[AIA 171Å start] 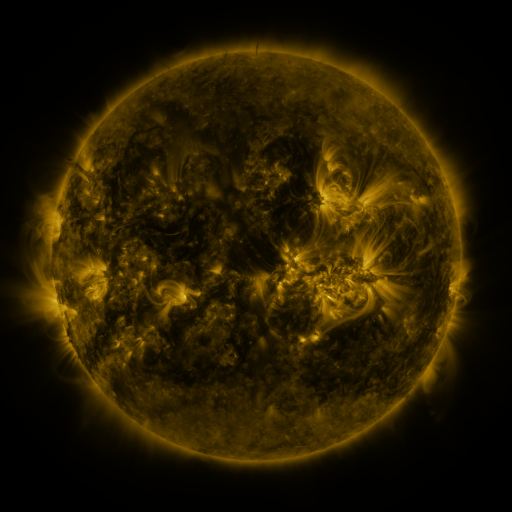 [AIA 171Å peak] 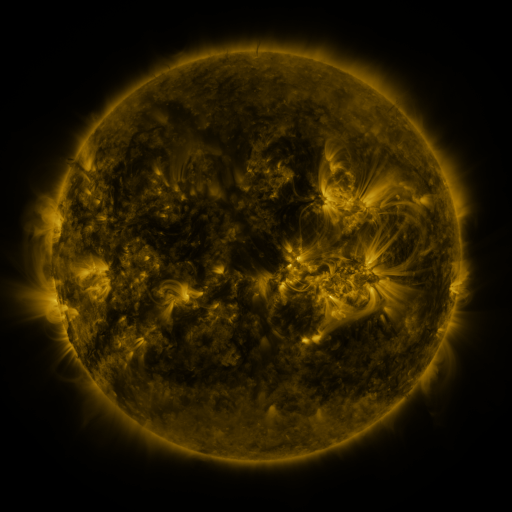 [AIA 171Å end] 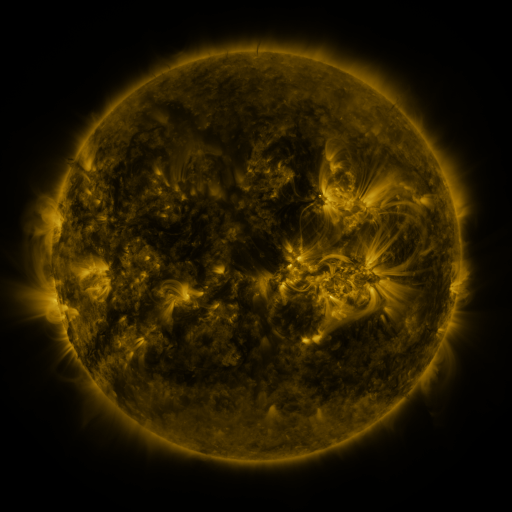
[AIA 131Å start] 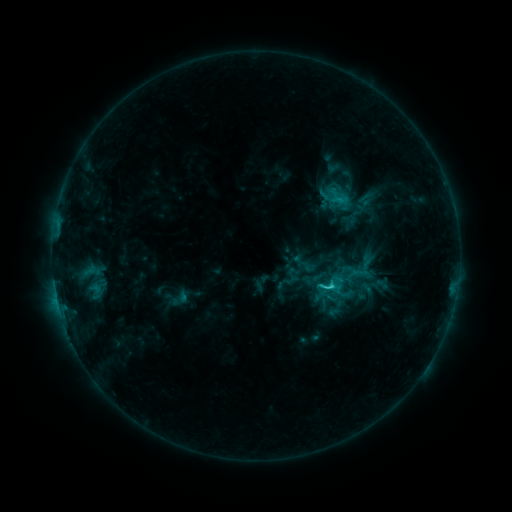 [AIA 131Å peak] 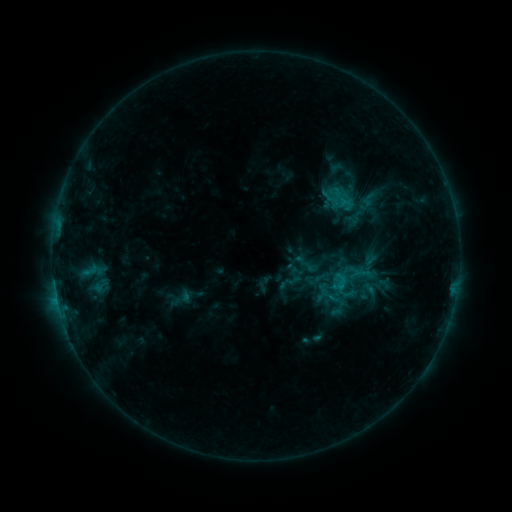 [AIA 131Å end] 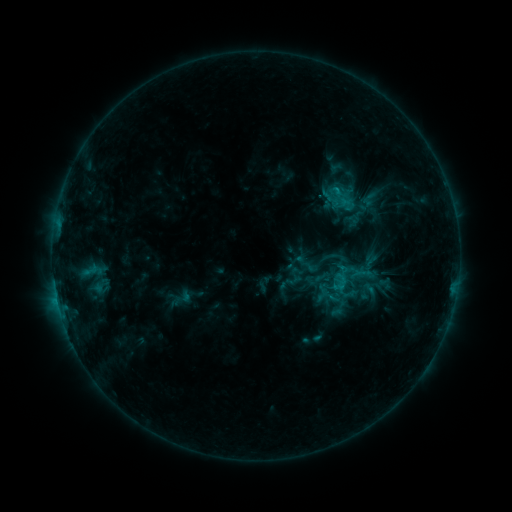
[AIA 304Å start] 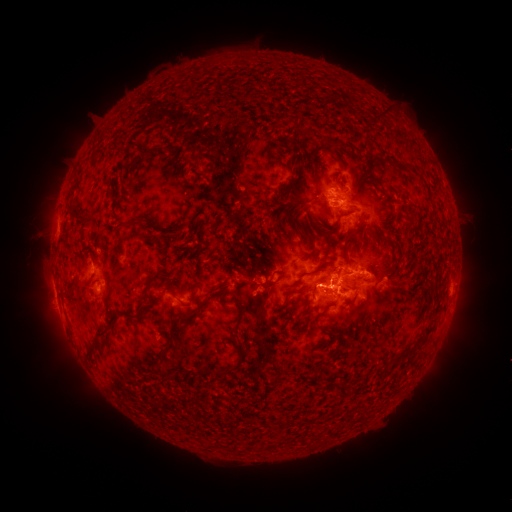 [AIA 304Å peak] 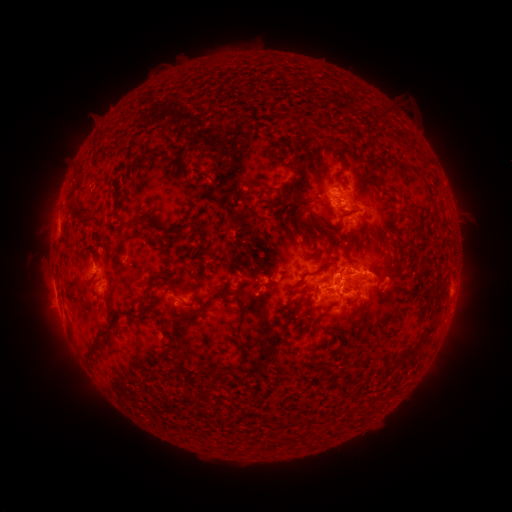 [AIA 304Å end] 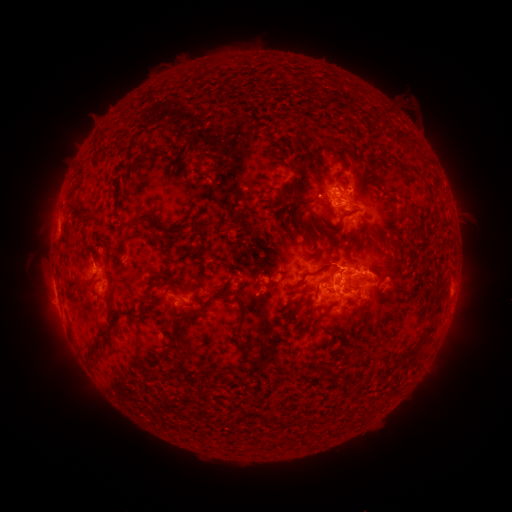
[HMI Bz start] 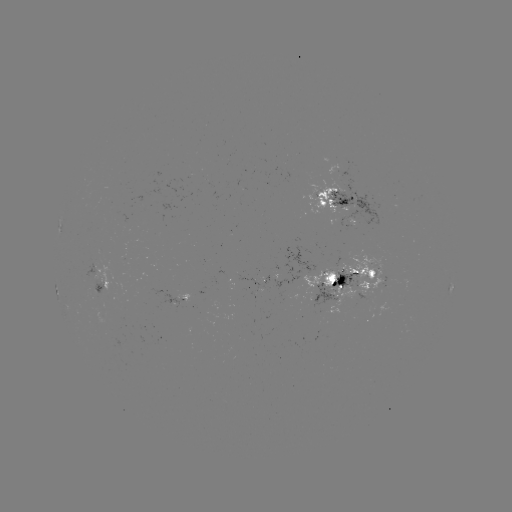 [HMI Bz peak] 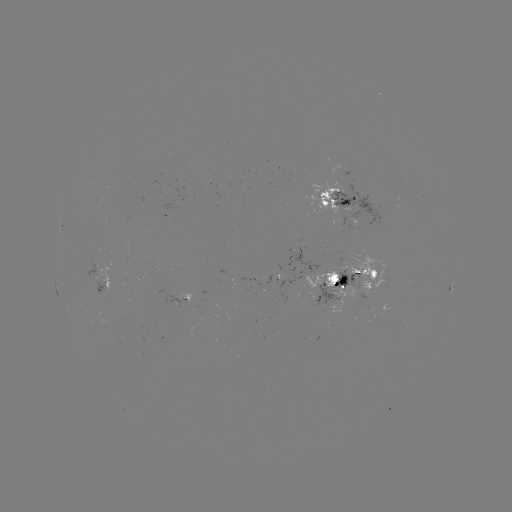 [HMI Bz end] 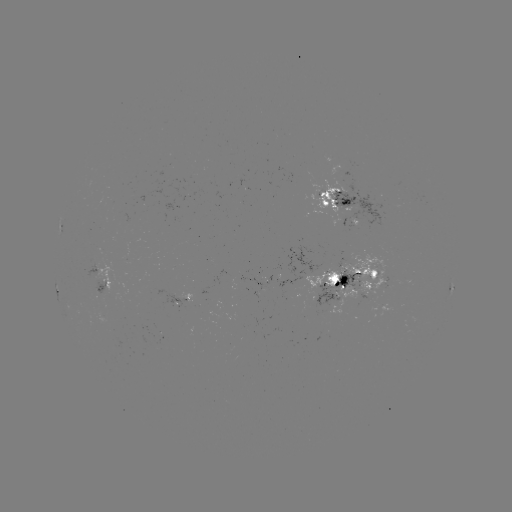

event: emerging-flux region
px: (314, 277)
